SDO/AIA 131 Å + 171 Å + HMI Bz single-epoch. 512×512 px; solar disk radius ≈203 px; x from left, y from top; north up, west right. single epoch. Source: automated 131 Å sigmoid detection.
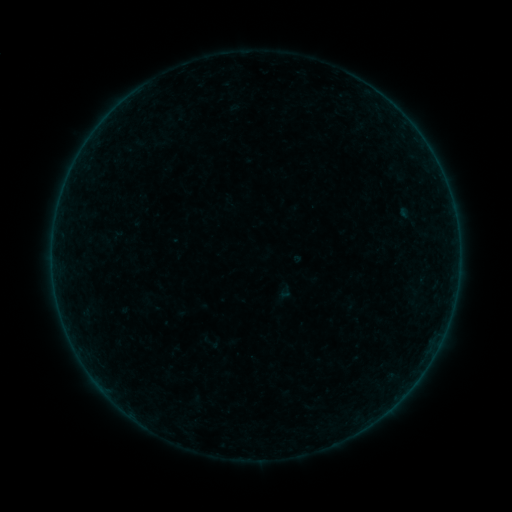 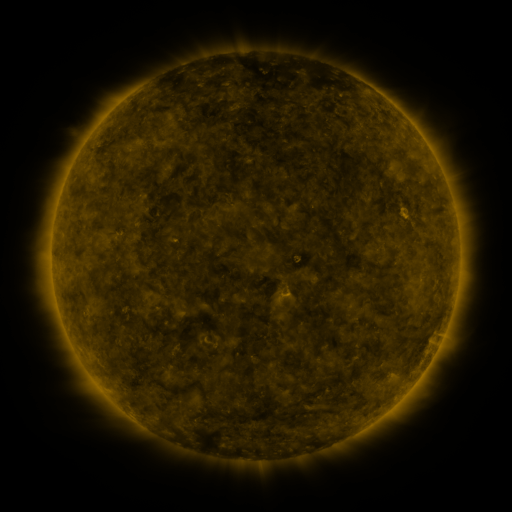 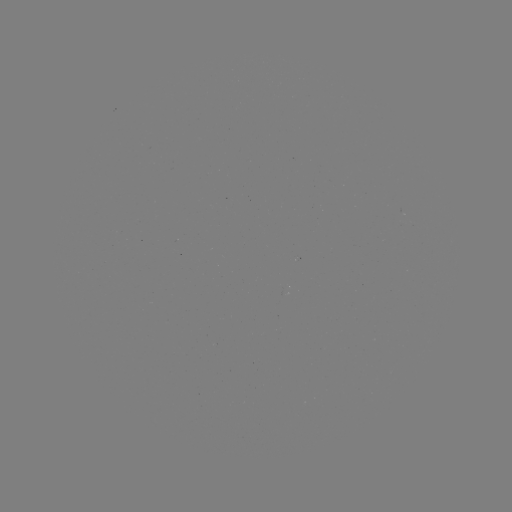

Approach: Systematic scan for sigmoid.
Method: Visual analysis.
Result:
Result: sigmoid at [210, 343].